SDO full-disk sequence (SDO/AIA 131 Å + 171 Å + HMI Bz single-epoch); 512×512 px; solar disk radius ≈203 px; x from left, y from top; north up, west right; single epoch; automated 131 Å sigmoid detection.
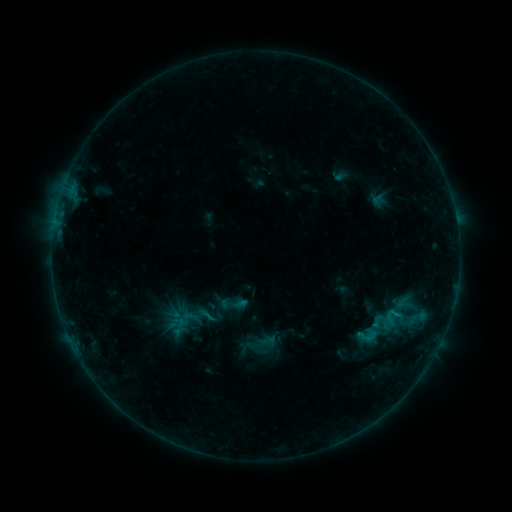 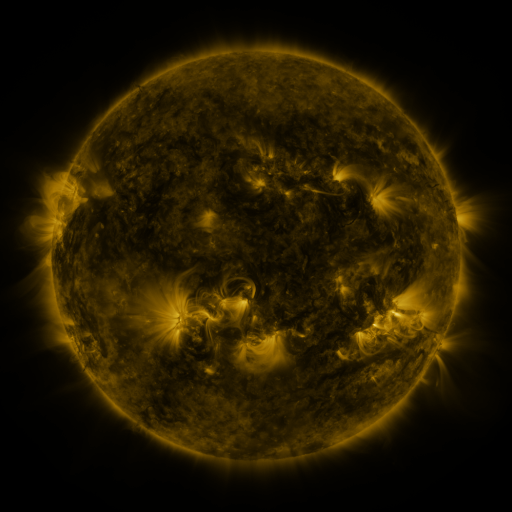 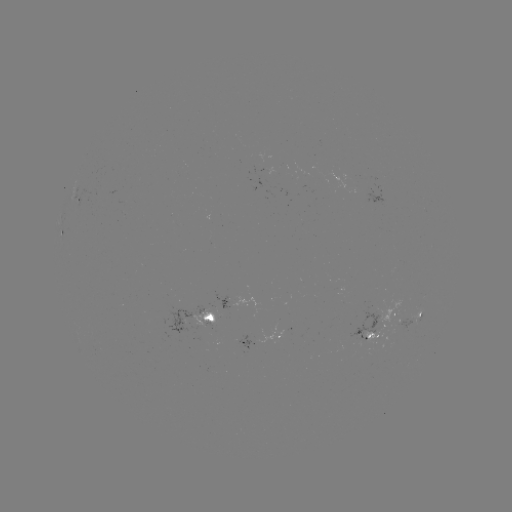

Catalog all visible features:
sigmoid: [218, 289, 249, 318]
sigmoid: [195, 305, 218, 325]
